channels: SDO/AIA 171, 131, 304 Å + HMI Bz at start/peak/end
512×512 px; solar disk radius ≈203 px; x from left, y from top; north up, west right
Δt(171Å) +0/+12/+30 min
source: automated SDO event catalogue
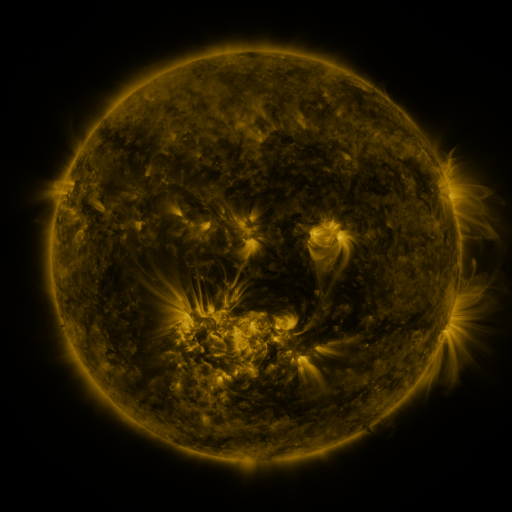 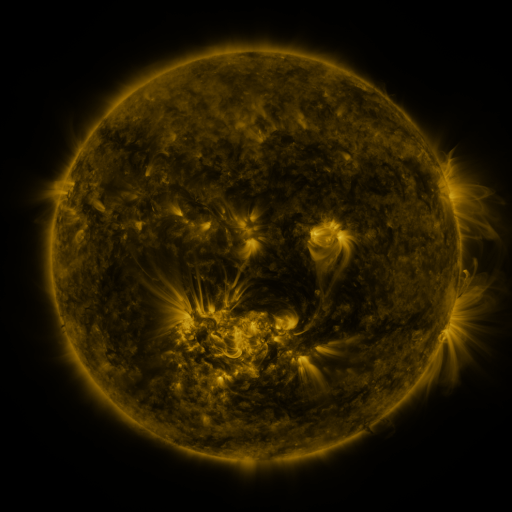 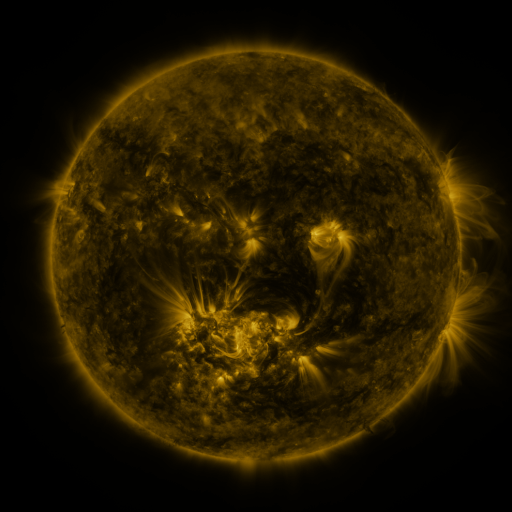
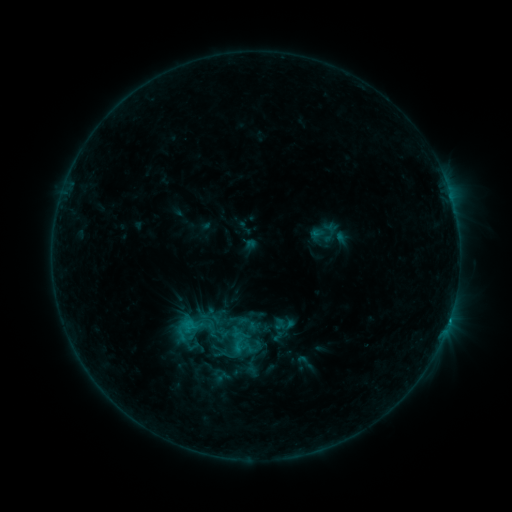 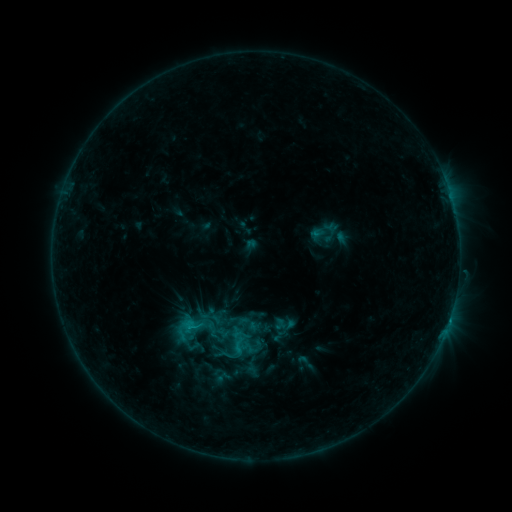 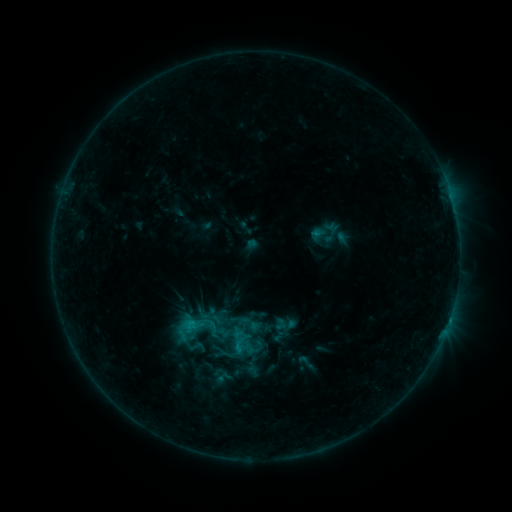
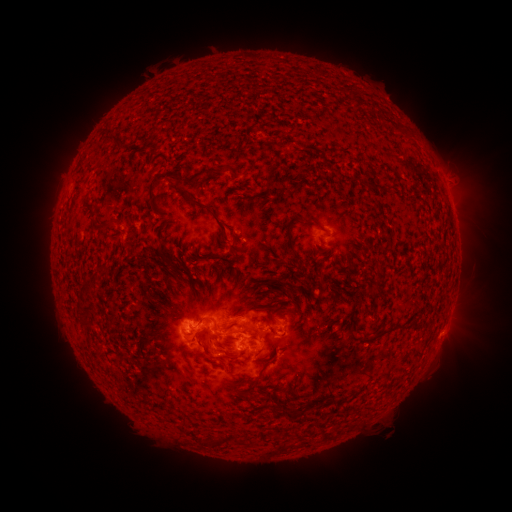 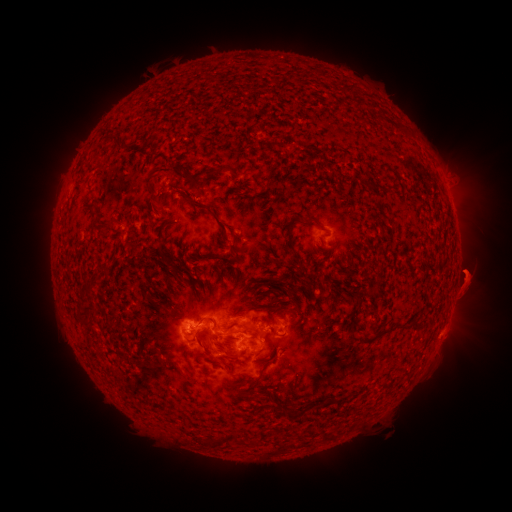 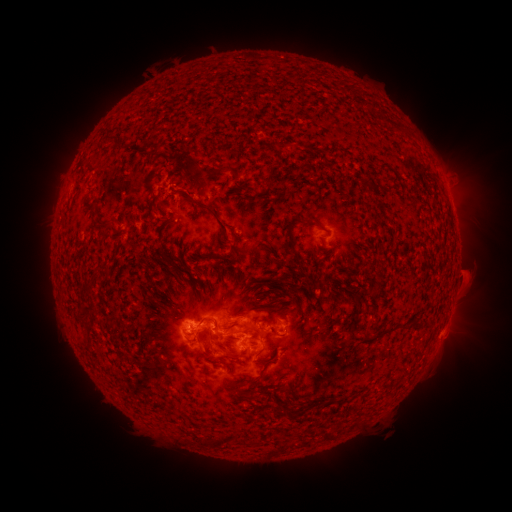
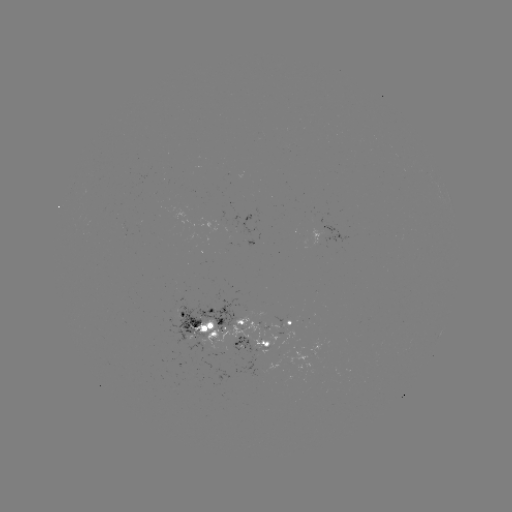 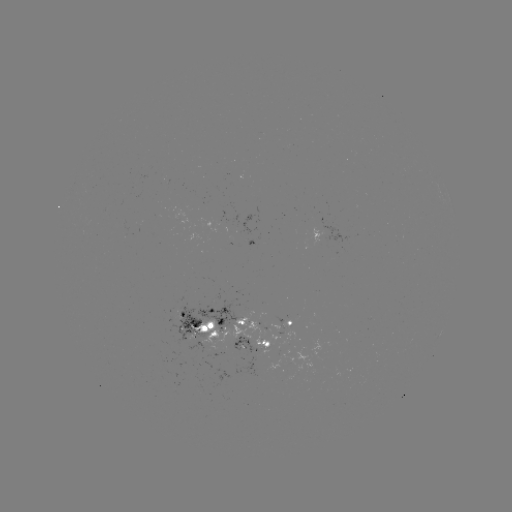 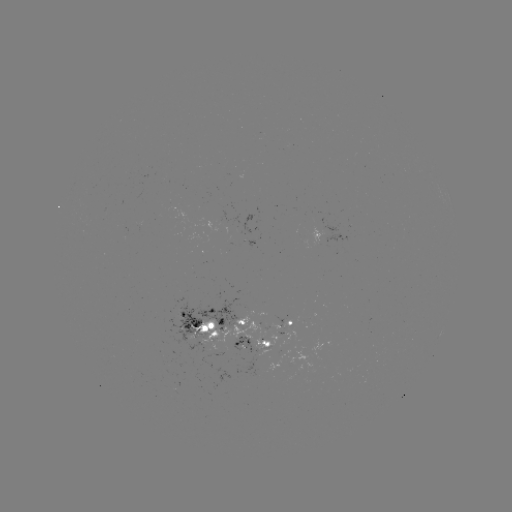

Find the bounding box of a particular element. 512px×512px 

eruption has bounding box [438, 212, 505, 356].